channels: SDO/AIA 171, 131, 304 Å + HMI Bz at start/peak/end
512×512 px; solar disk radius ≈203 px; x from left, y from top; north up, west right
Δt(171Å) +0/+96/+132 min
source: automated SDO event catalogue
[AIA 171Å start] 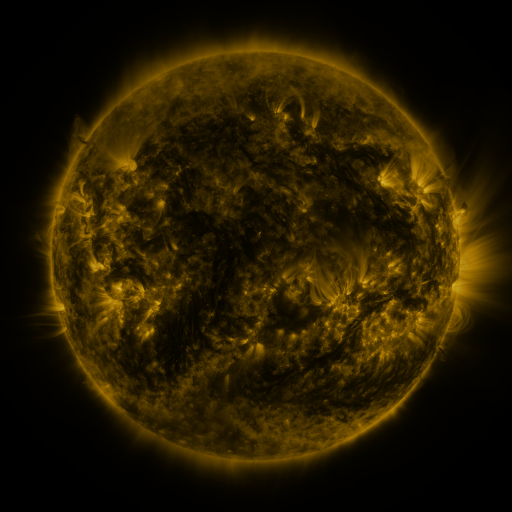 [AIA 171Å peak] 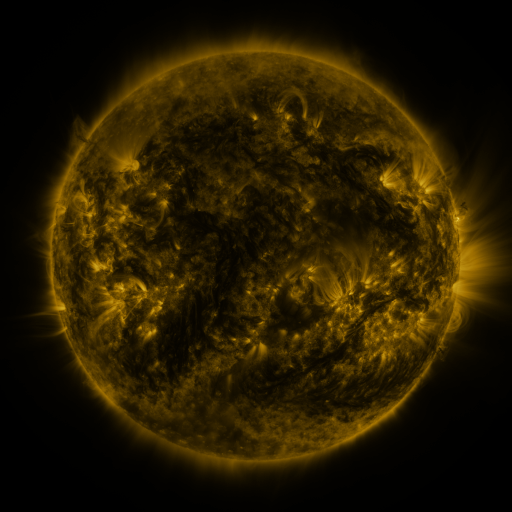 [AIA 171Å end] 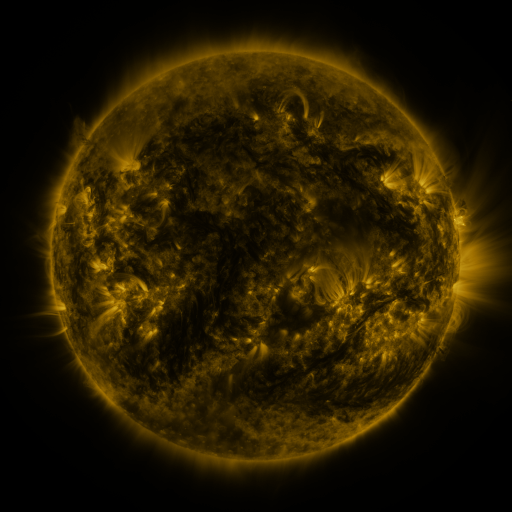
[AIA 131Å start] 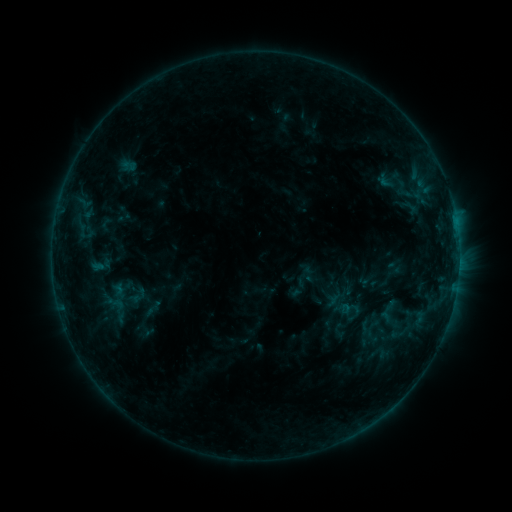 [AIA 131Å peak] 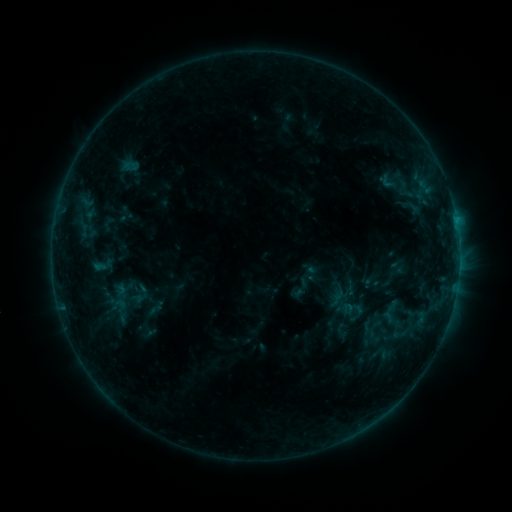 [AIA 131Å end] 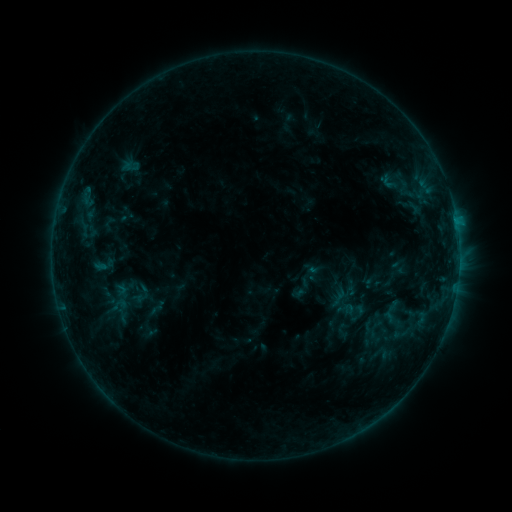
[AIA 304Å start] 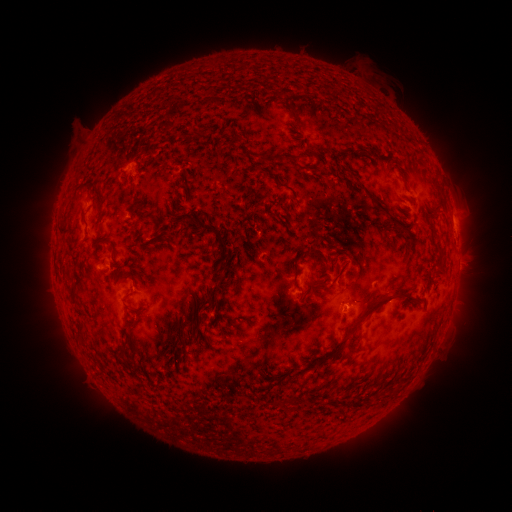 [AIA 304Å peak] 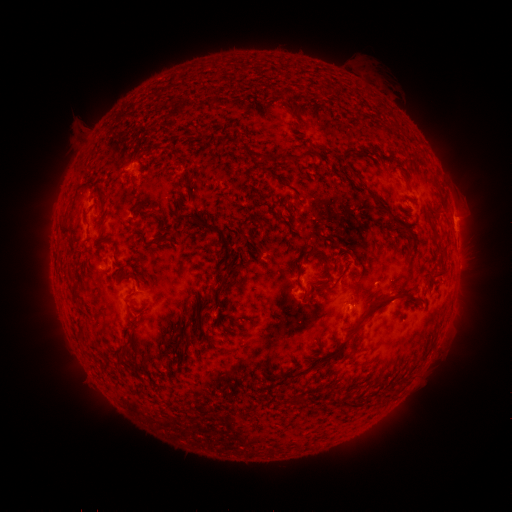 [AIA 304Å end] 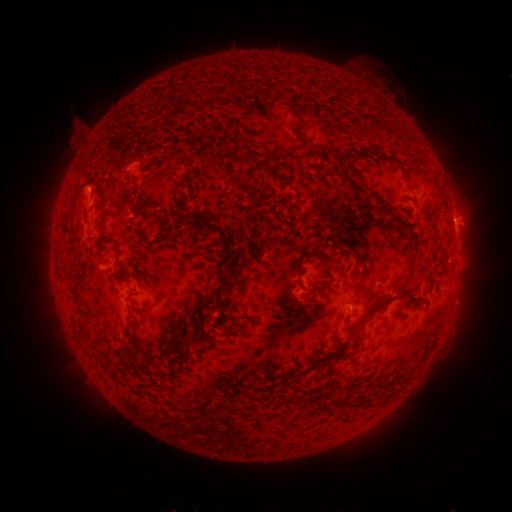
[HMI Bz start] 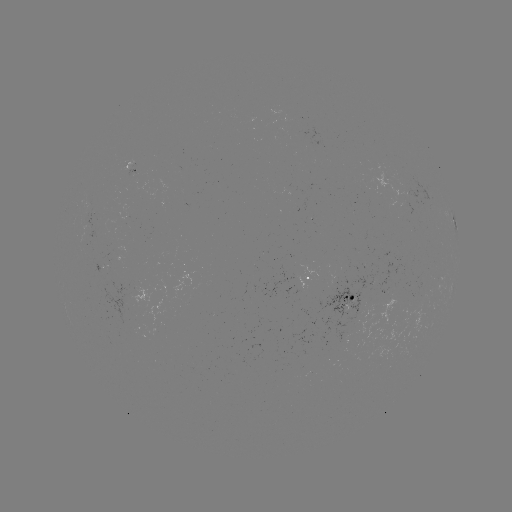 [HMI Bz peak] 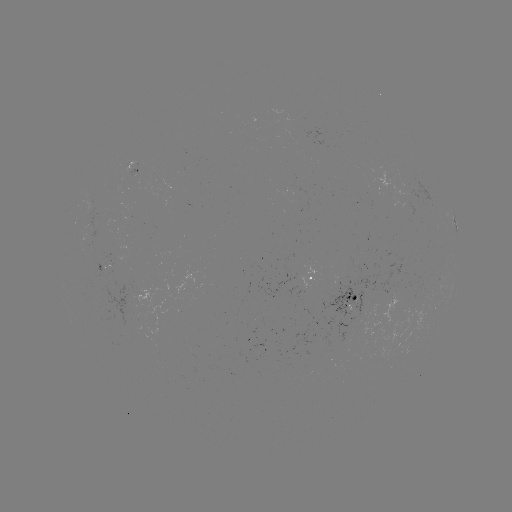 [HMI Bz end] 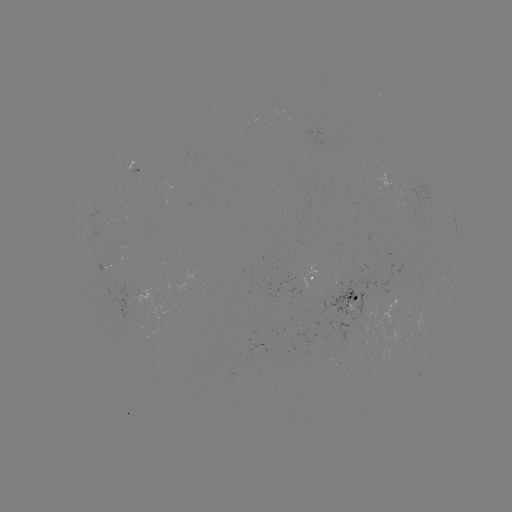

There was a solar emerging-flux region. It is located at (90, 228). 